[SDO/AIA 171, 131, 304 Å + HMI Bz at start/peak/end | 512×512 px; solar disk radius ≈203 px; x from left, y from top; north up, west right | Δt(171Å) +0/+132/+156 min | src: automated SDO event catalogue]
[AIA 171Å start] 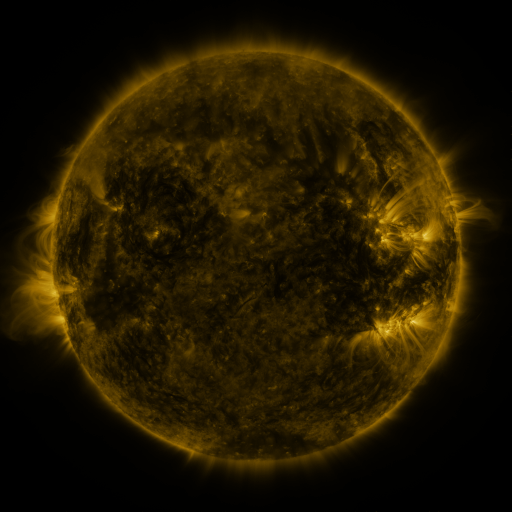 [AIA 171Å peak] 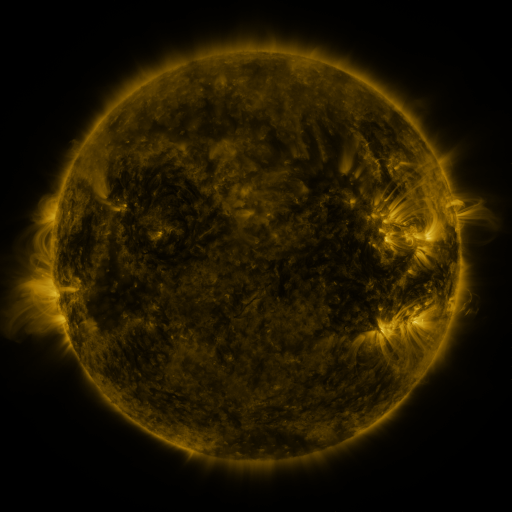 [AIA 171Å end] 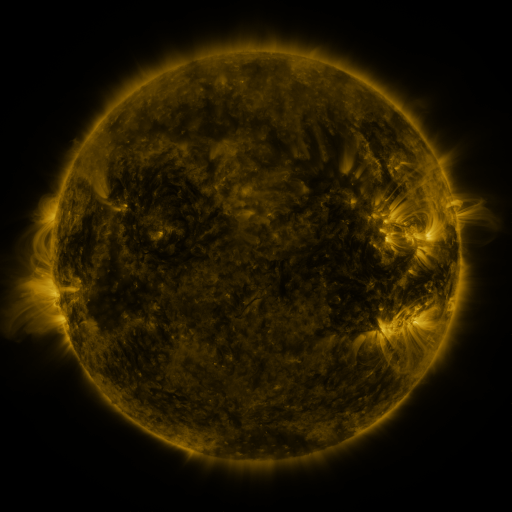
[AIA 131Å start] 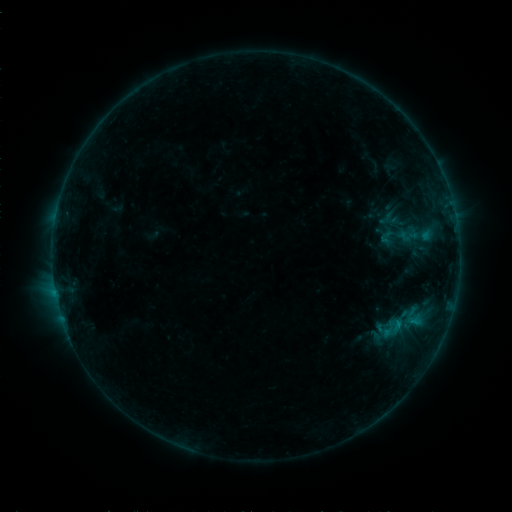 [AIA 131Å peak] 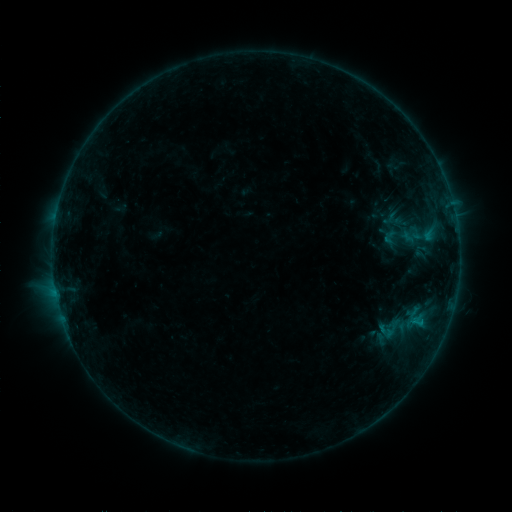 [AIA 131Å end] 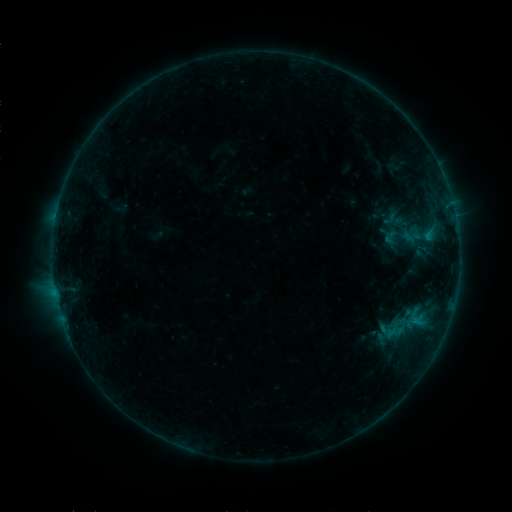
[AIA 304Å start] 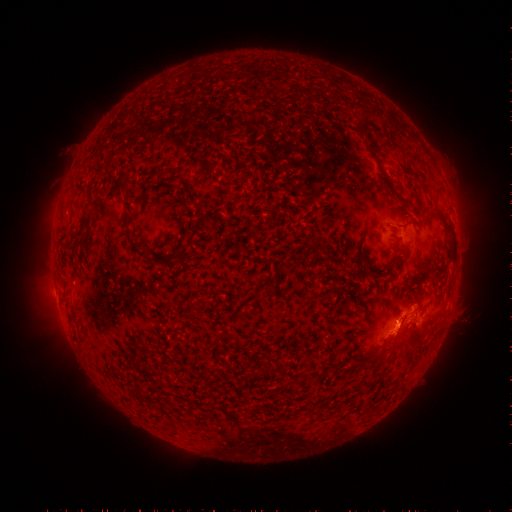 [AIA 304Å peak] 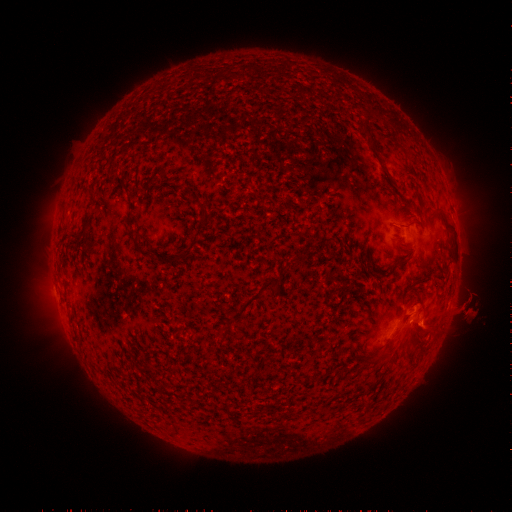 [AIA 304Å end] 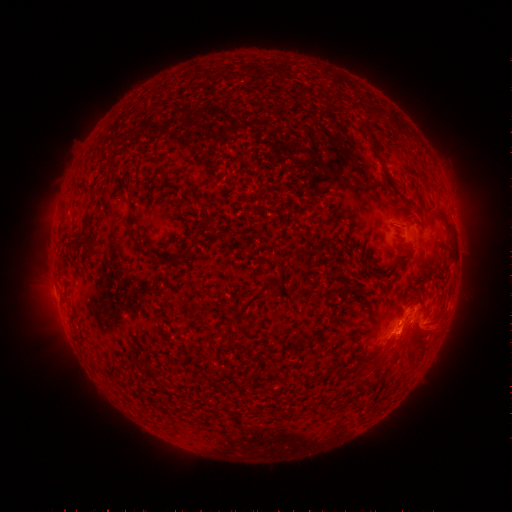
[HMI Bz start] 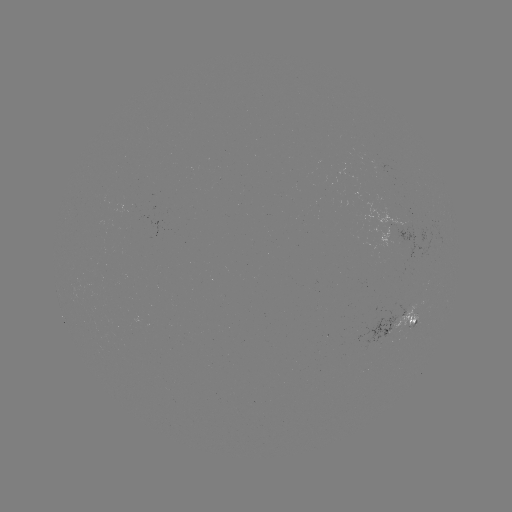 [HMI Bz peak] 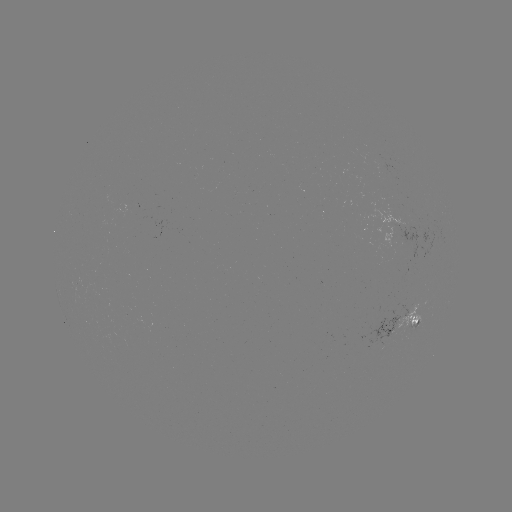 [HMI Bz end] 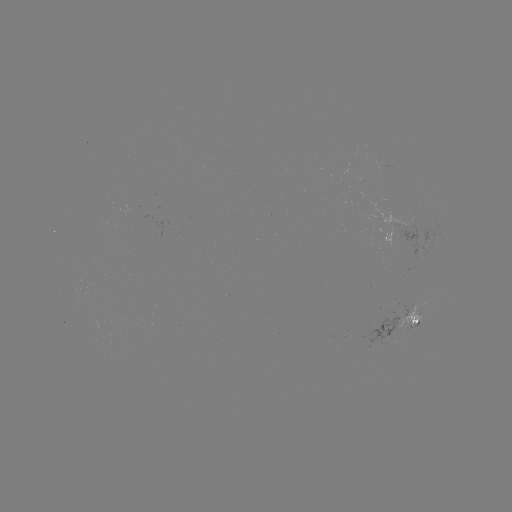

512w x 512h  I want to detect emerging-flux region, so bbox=[396, 303, 420, 330].